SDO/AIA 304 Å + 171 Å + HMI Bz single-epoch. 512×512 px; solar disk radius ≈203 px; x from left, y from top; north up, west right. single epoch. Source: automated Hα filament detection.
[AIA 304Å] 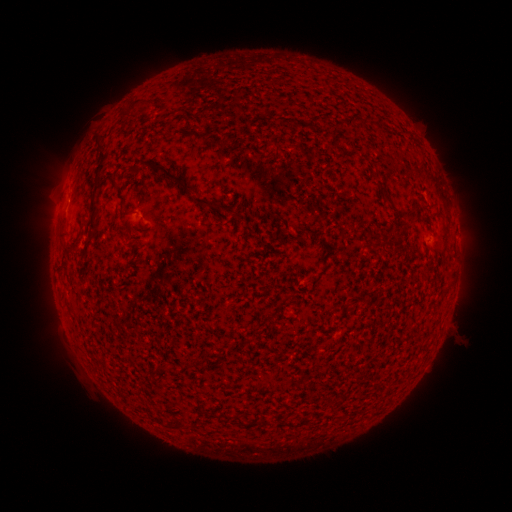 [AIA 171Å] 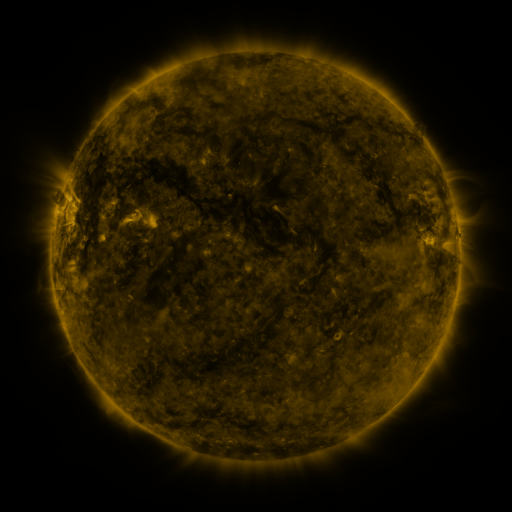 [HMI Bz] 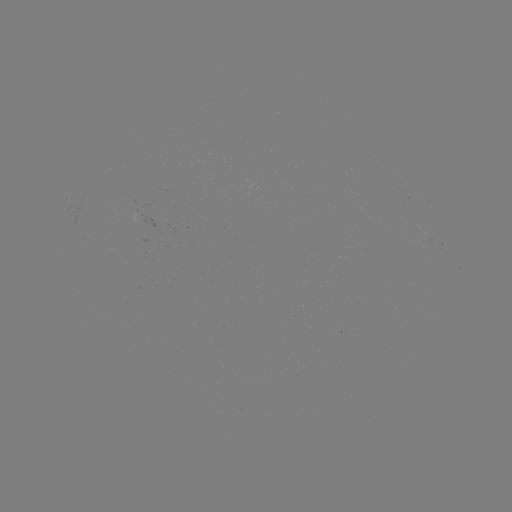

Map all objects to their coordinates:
filament: (103, 159)
filament: (114, 185)
filament: (183, 186)
filament: (93, 210)
filament: (412, 211)
filament: (237, 417)
